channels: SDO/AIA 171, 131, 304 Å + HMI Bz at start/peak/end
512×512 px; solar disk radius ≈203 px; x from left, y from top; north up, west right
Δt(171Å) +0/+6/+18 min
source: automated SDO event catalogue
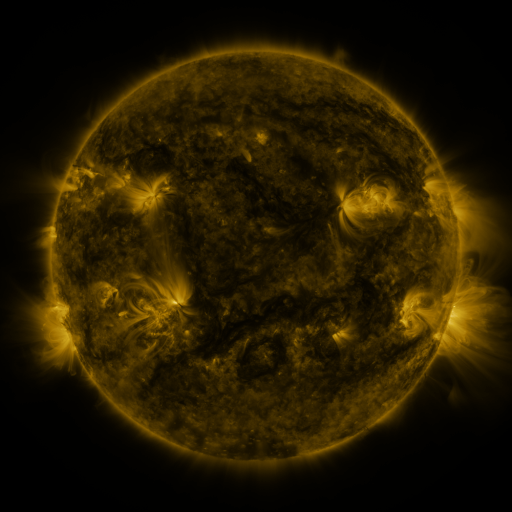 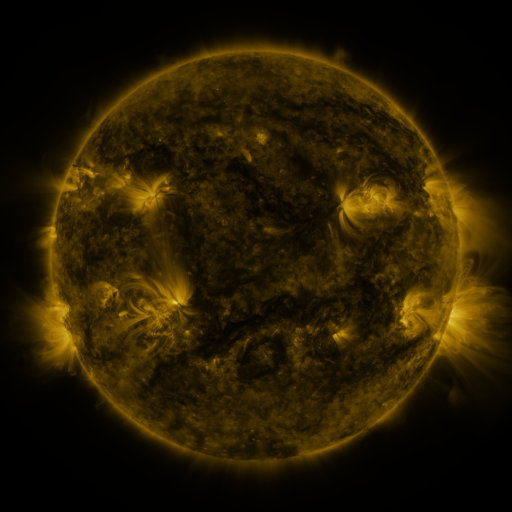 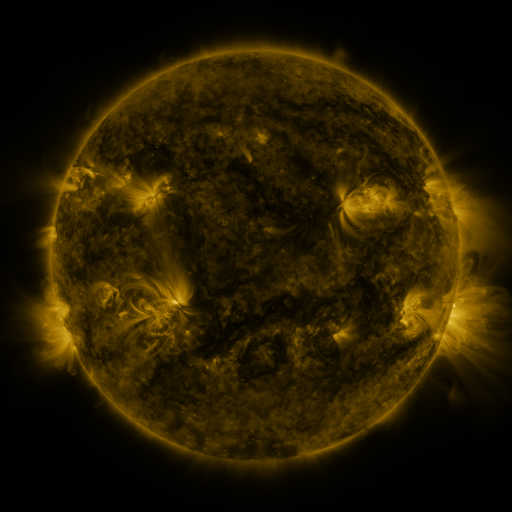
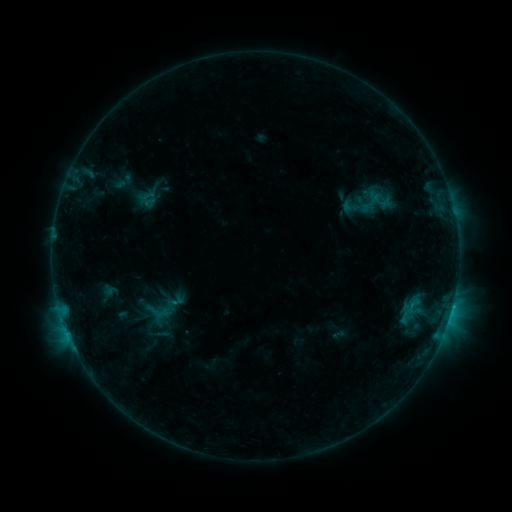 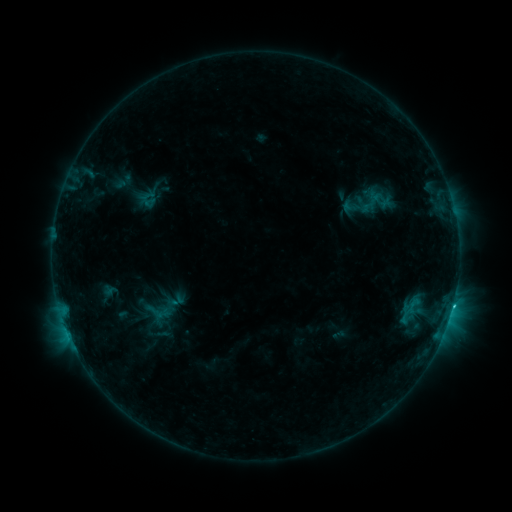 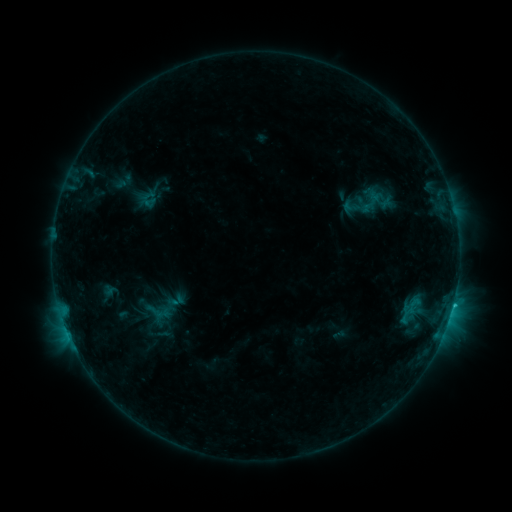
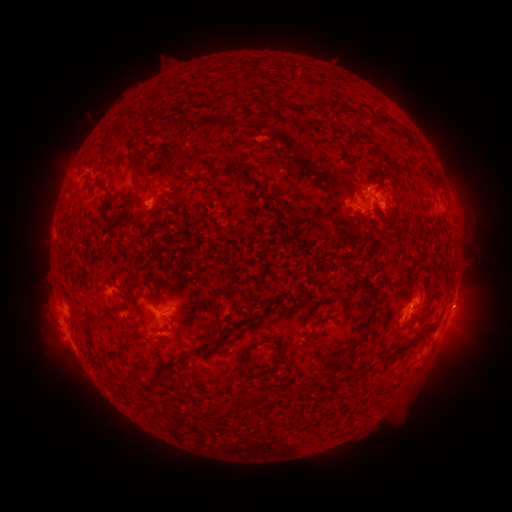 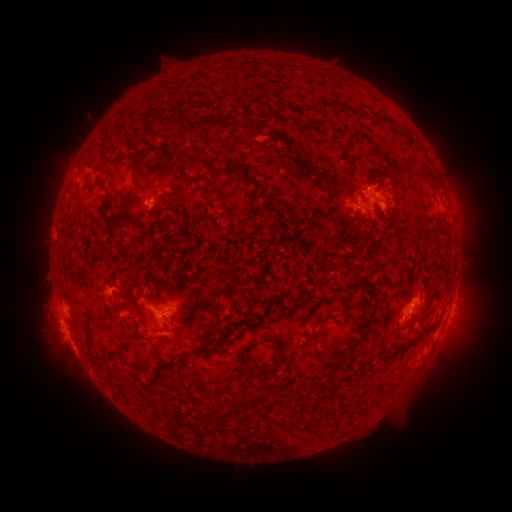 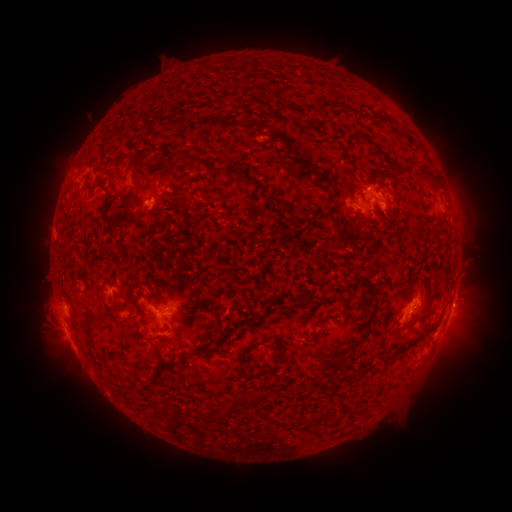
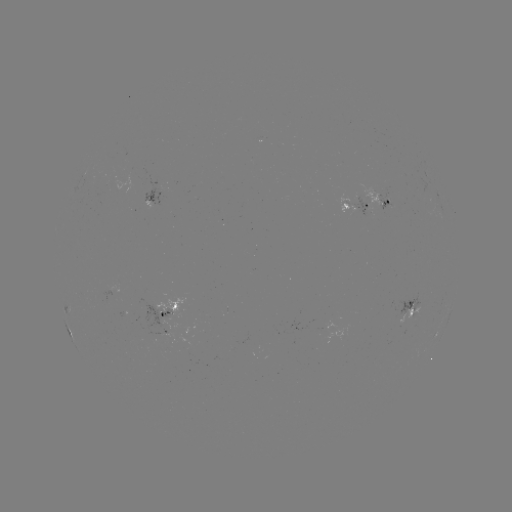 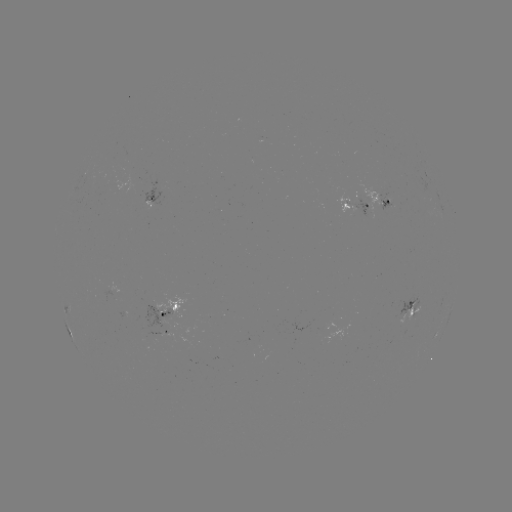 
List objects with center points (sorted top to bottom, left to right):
C1.5 flare: (453, 304)
